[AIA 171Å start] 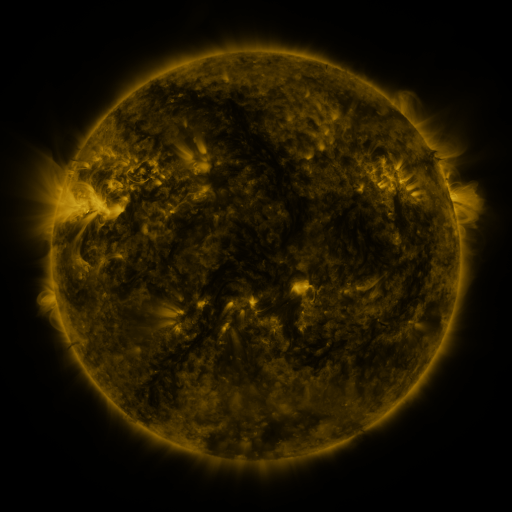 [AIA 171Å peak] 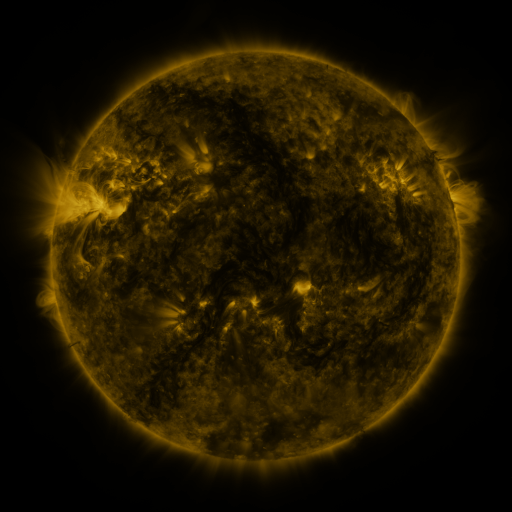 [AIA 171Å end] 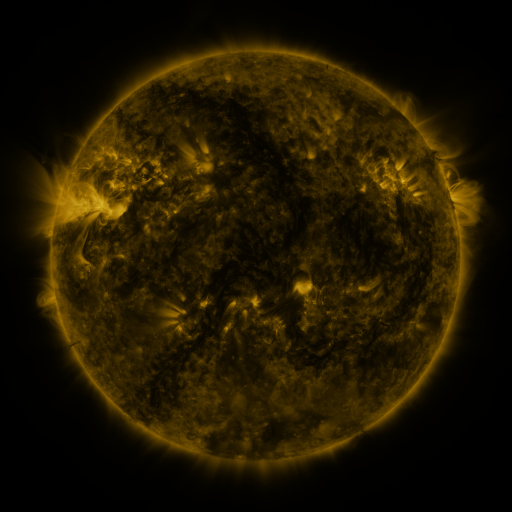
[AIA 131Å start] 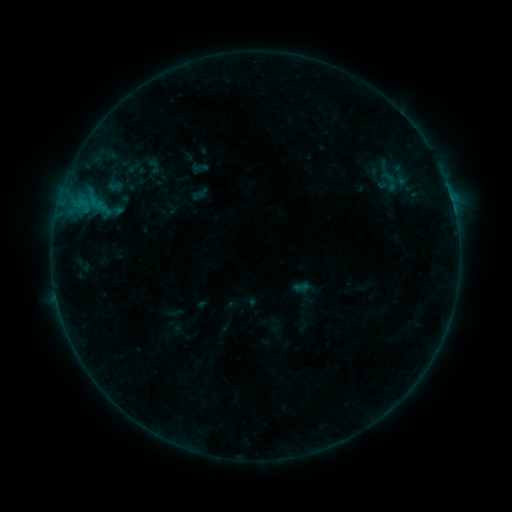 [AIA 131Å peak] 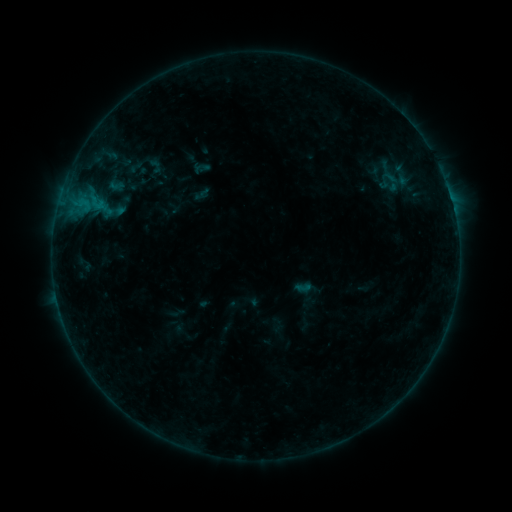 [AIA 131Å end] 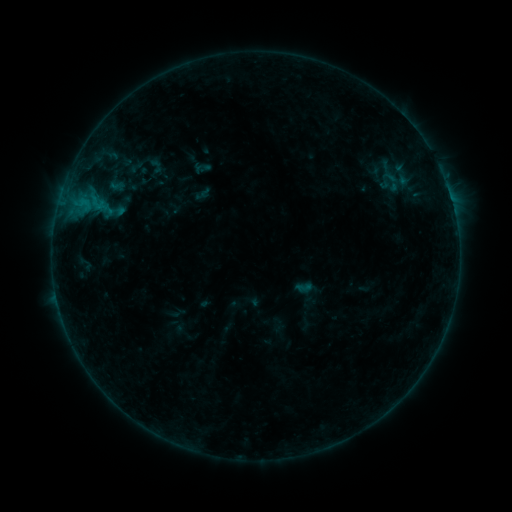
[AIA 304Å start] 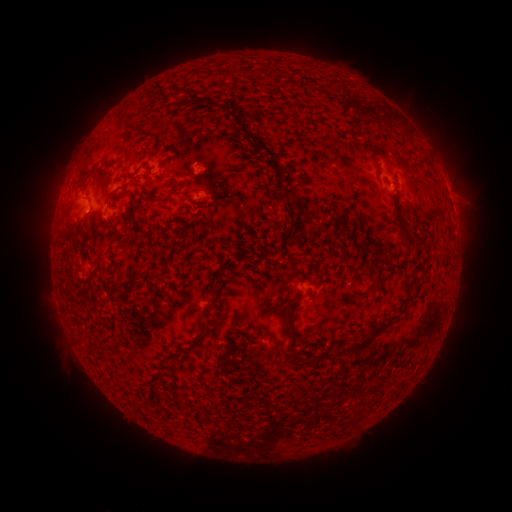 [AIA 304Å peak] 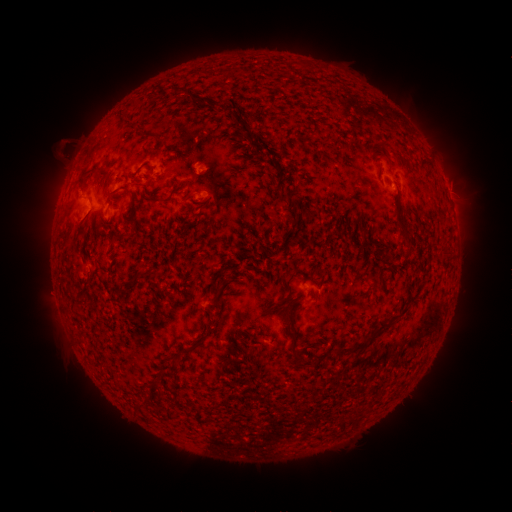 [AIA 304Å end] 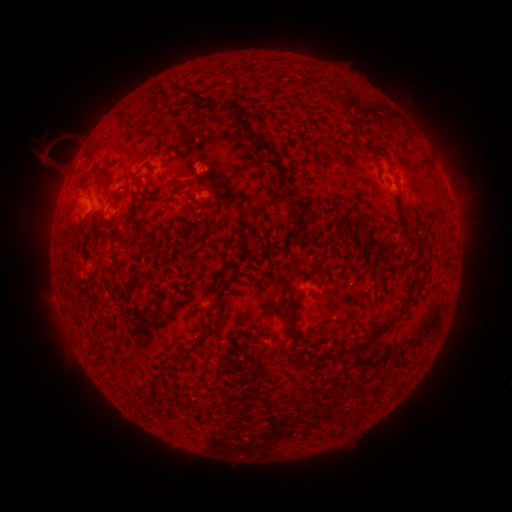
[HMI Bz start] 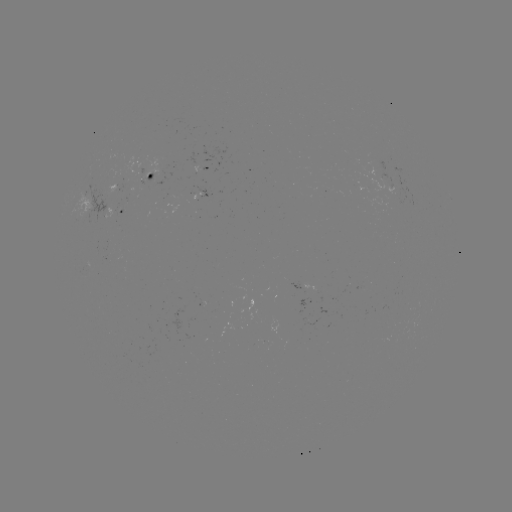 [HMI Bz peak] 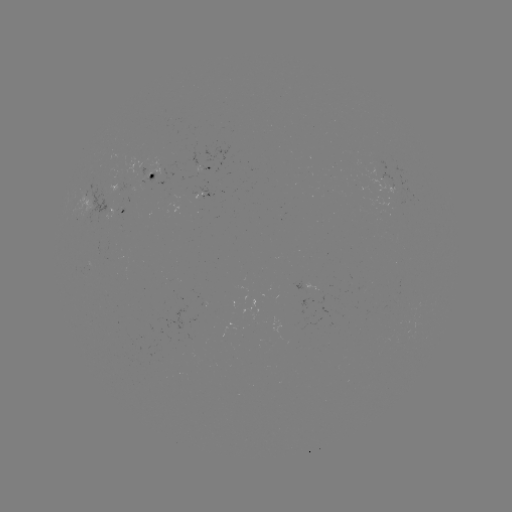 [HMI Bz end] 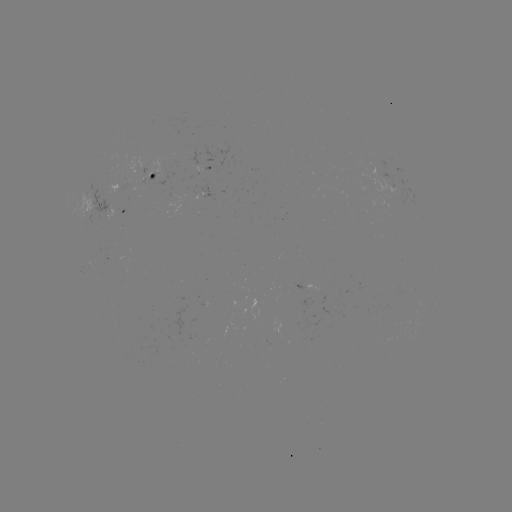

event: emerging-flux region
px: (165, 165)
